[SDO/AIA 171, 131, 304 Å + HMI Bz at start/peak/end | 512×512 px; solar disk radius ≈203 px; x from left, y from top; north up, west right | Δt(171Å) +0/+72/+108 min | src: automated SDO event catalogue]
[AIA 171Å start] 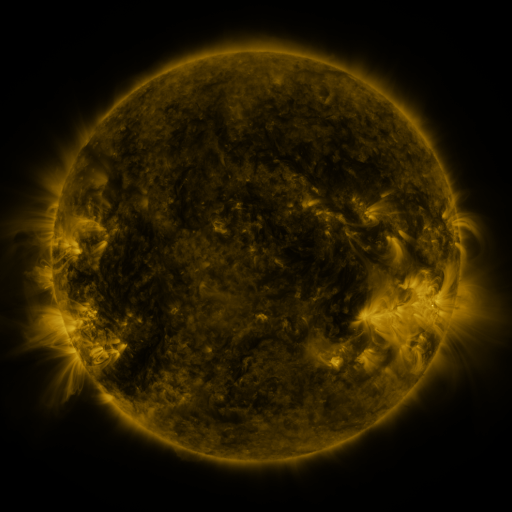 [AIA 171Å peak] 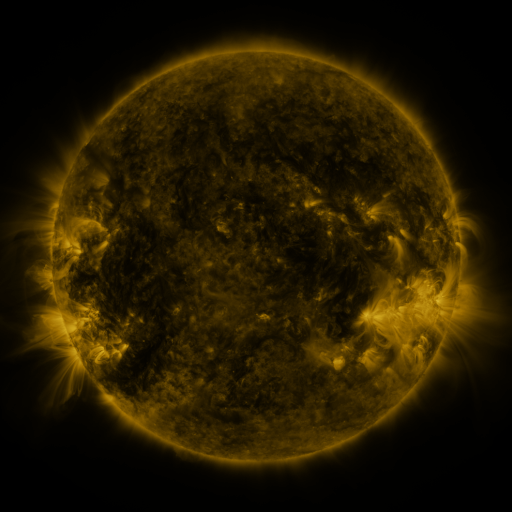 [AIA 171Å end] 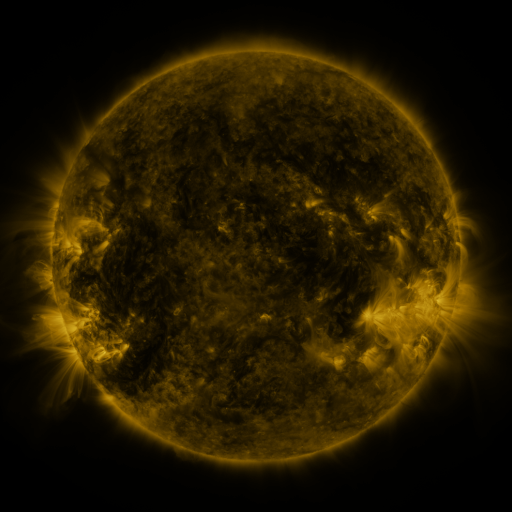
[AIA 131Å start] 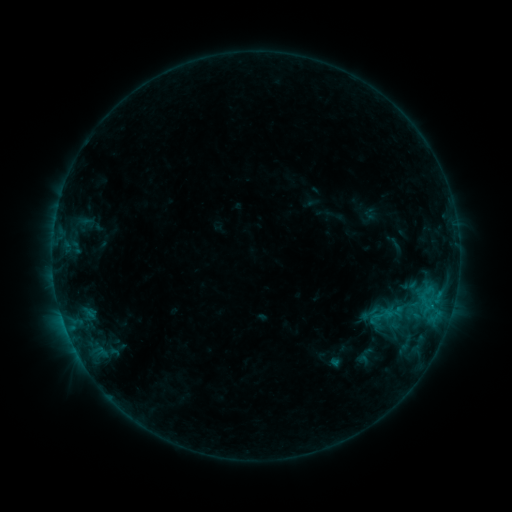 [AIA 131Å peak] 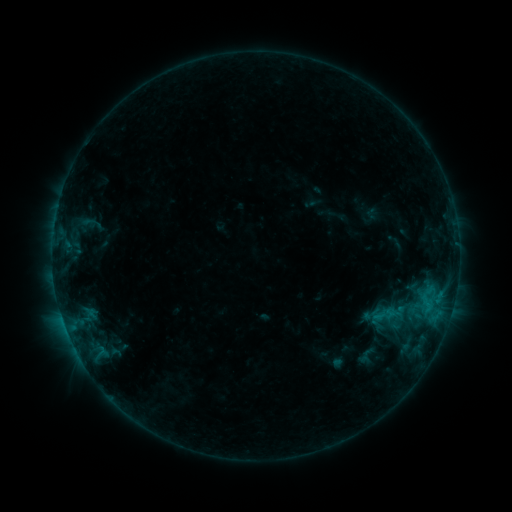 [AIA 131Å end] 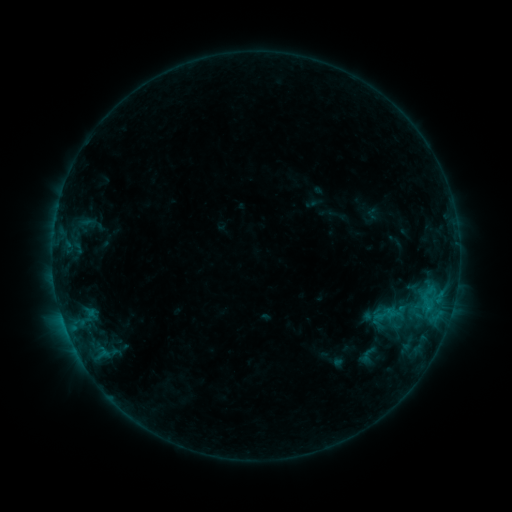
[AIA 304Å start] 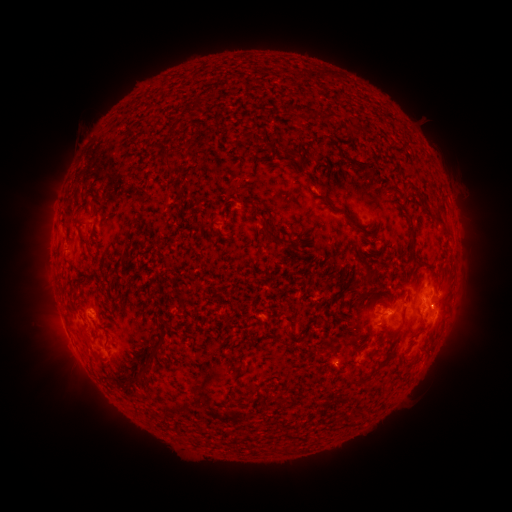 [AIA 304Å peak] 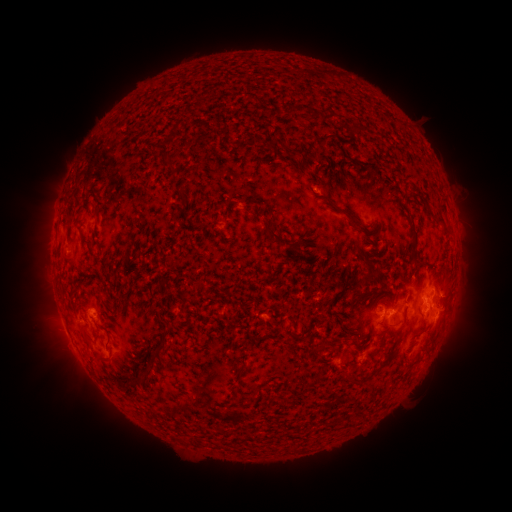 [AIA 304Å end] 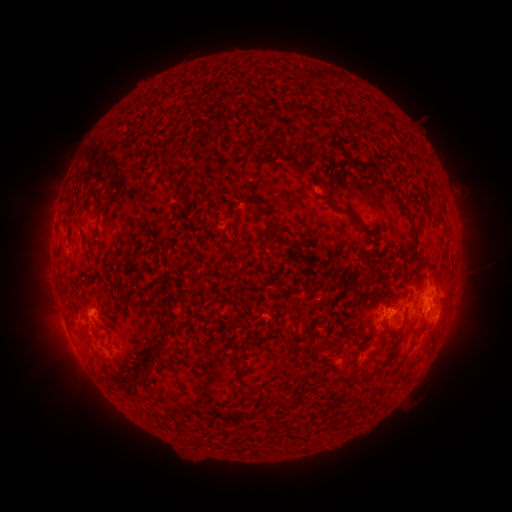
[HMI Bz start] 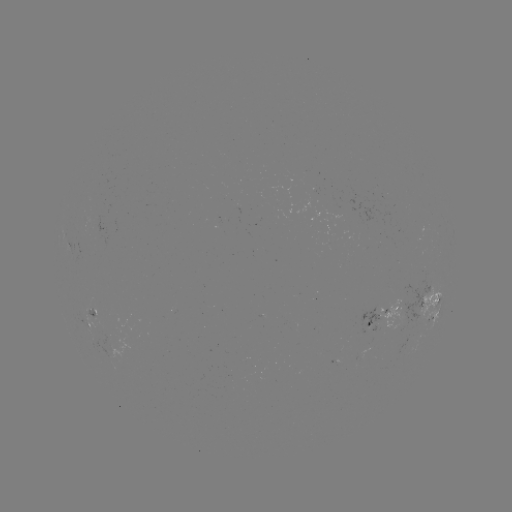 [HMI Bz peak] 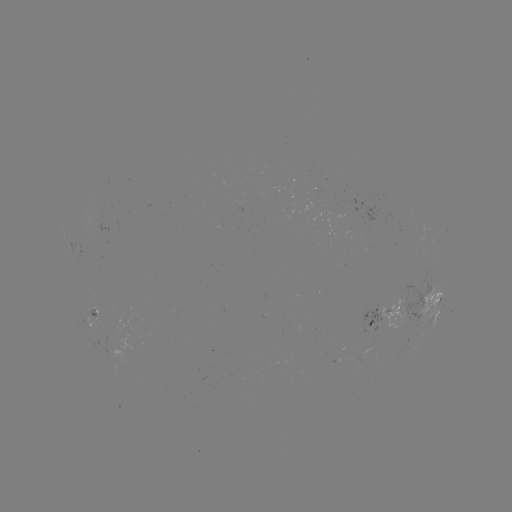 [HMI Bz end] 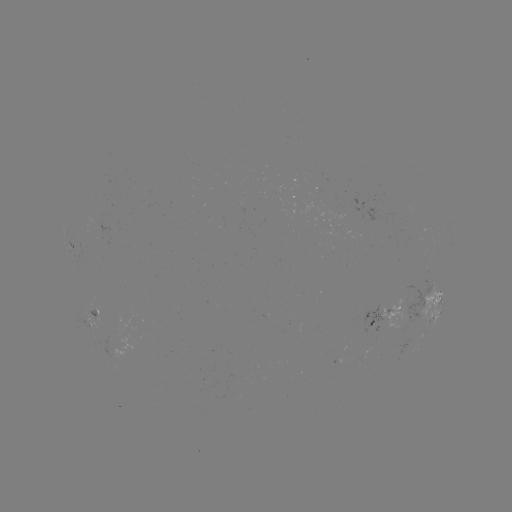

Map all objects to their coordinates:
emerging-flux region: (92, 308)
